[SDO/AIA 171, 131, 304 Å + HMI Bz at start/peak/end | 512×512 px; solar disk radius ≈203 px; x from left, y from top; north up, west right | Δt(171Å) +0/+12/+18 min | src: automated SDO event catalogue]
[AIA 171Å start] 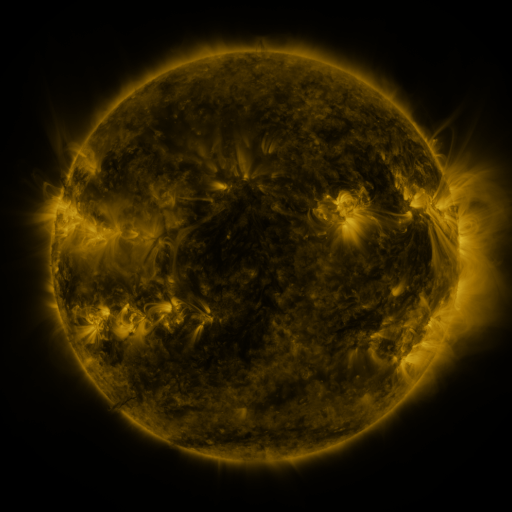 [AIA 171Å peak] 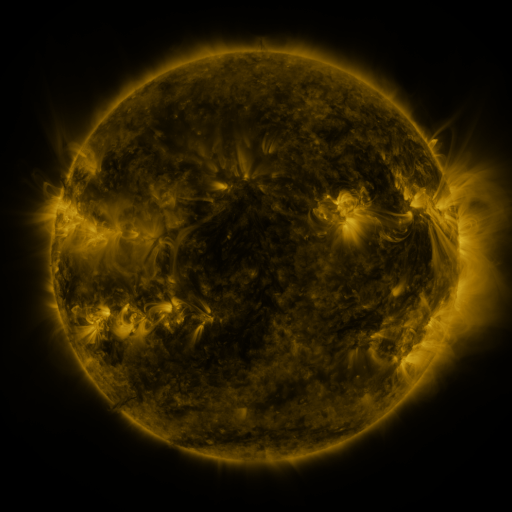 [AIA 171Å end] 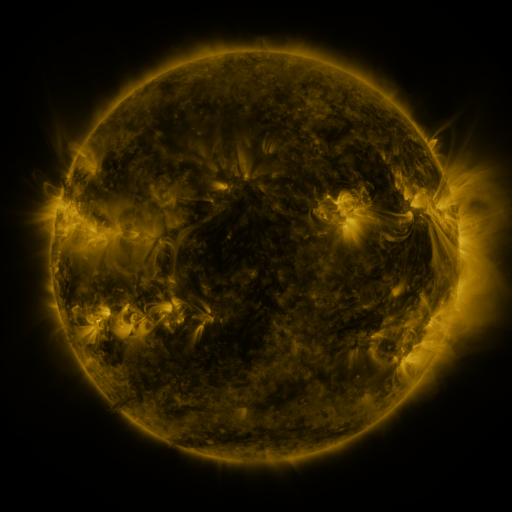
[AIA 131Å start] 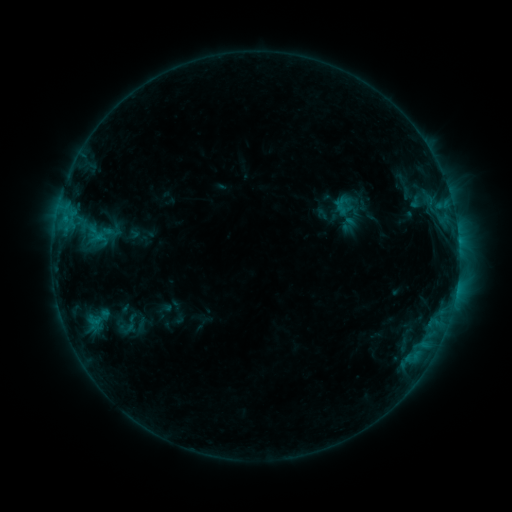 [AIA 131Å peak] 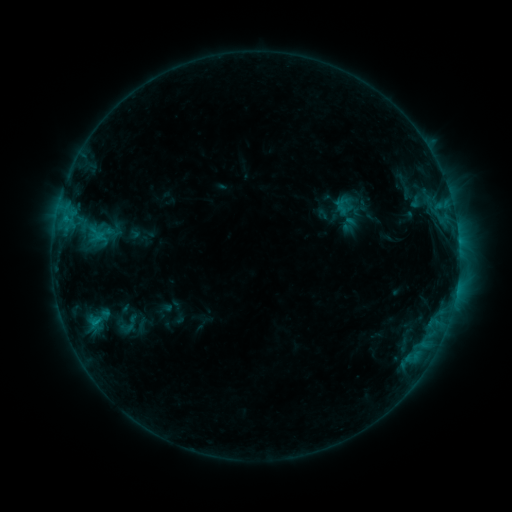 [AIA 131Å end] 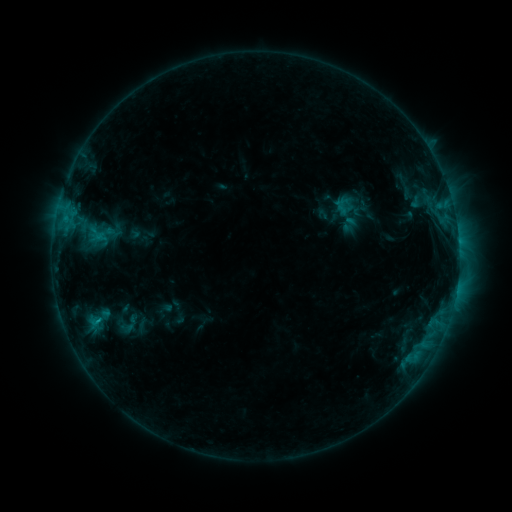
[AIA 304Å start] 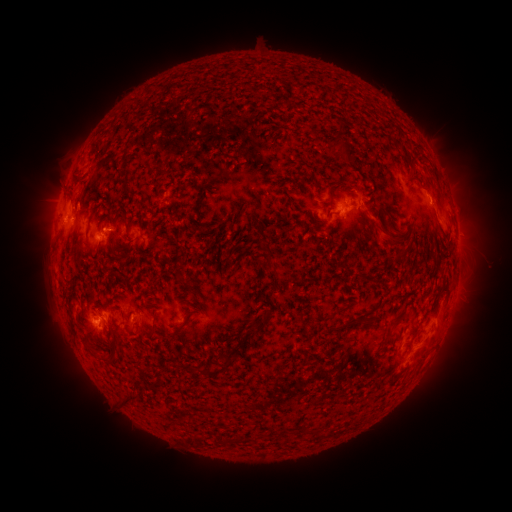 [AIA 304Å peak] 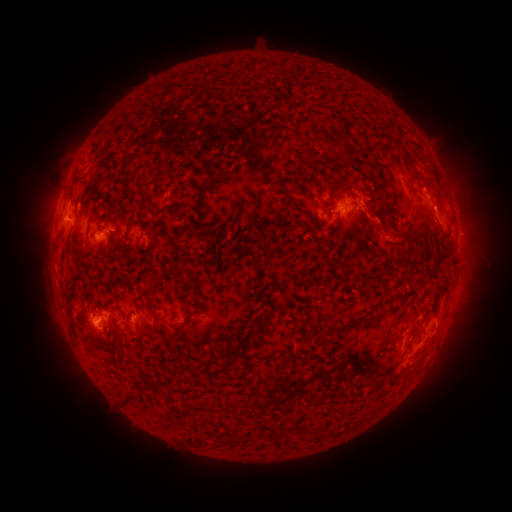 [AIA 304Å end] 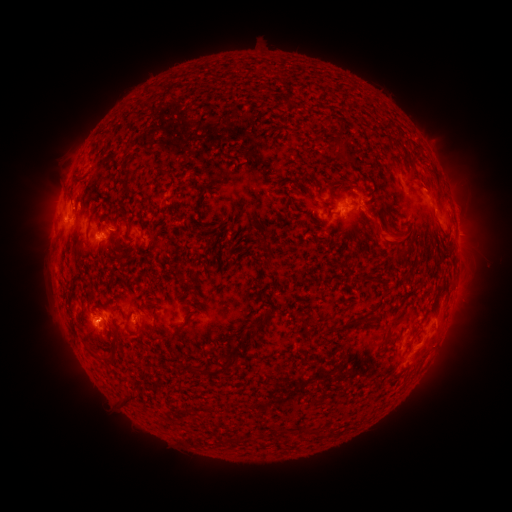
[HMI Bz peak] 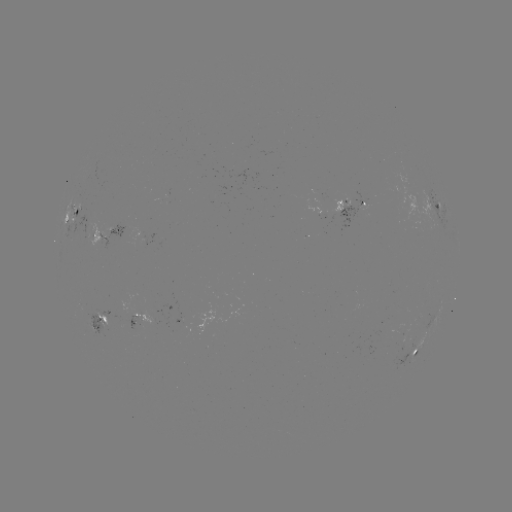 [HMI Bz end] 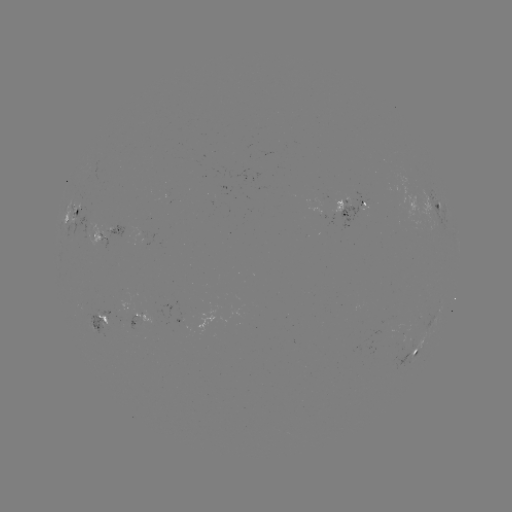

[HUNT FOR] eruption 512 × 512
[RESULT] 381,229